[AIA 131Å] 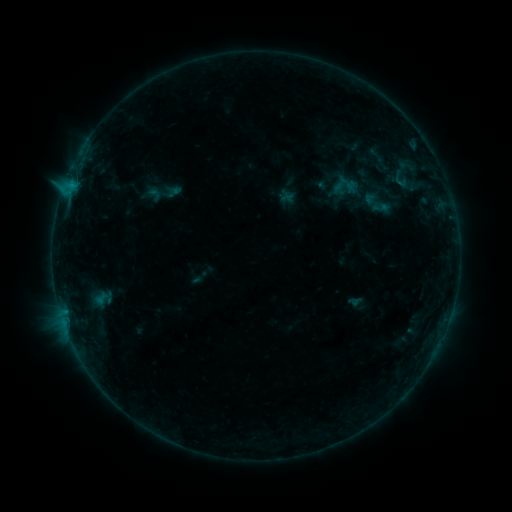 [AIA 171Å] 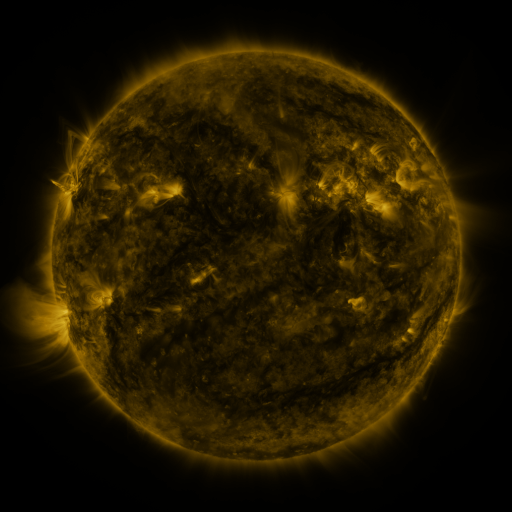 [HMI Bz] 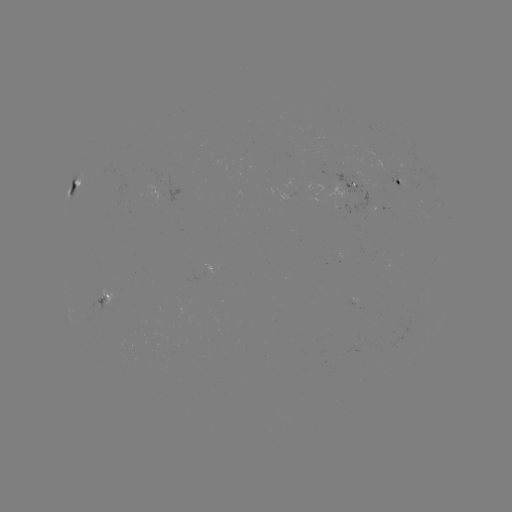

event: sigmoid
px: (381, 207)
